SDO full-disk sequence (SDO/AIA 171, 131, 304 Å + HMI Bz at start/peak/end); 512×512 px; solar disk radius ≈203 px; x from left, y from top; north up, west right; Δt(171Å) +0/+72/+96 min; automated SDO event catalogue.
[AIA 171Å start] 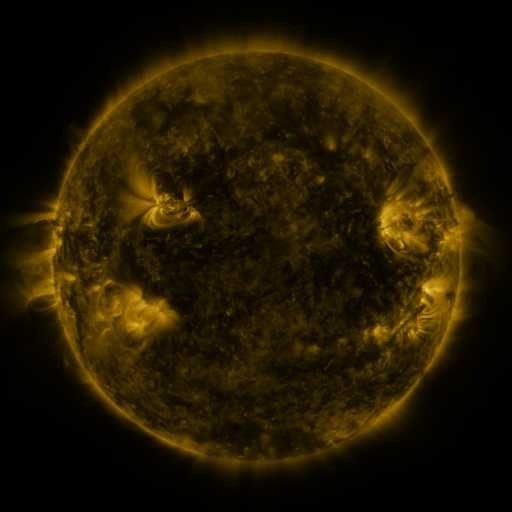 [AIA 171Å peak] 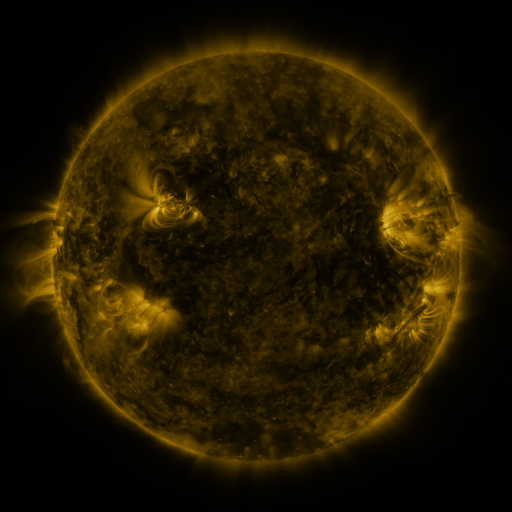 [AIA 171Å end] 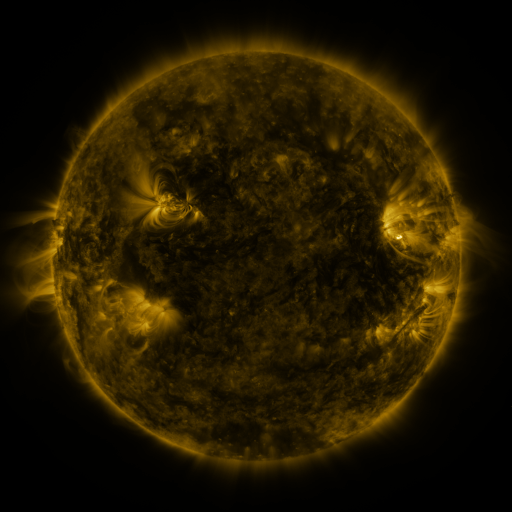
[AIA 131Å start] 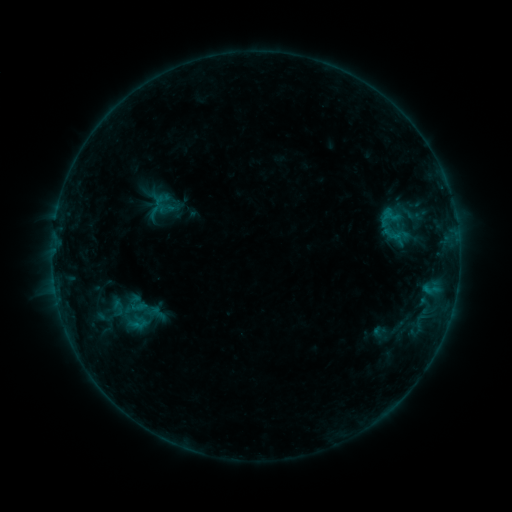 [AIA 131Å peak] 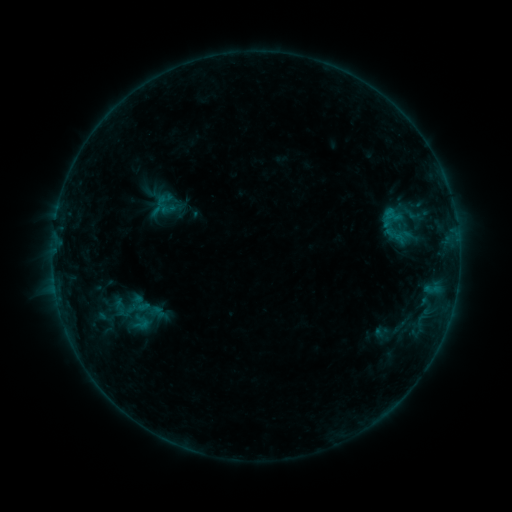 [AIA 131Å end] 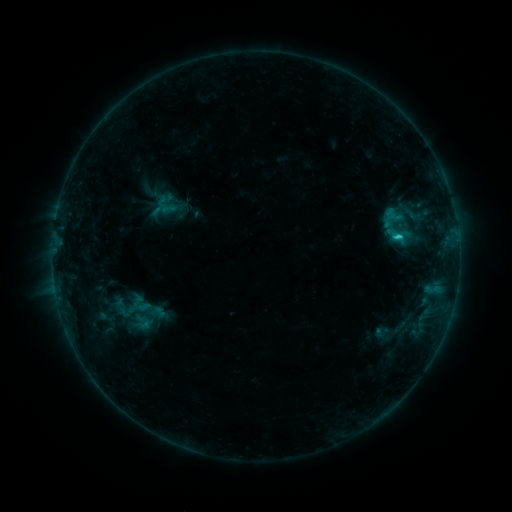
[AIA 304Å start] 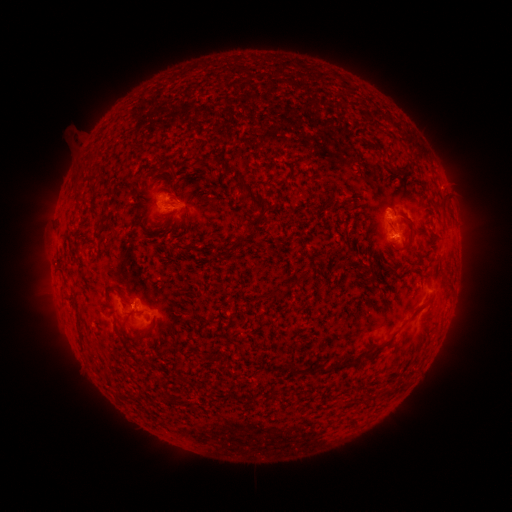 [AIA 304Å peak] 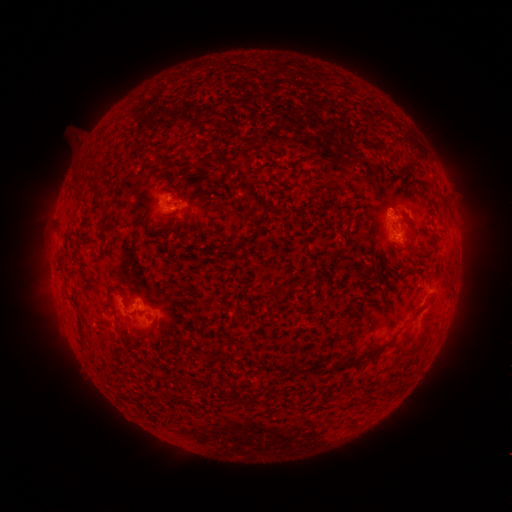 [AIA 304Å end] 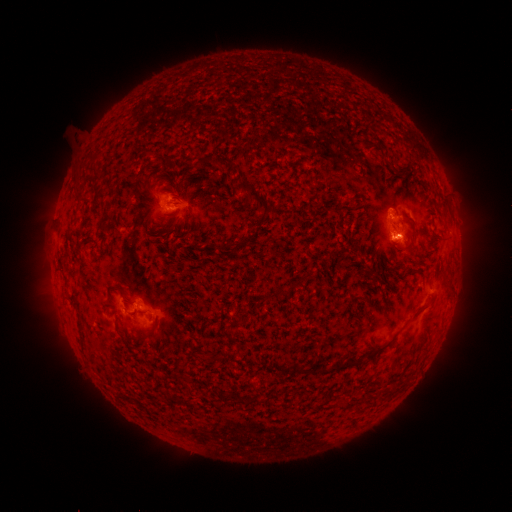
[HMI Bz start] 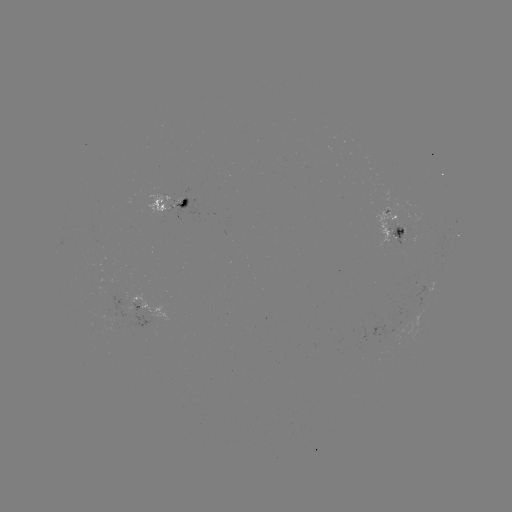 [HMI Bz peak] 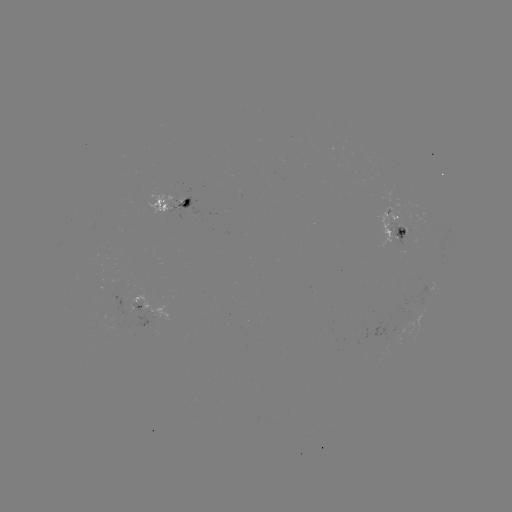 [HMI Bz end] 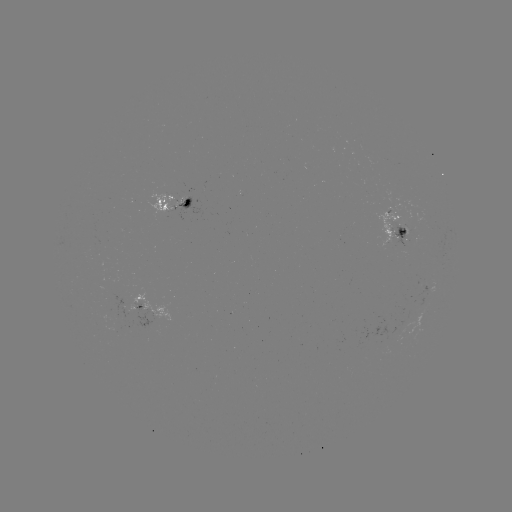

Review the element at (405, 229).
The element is emerging-flux region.